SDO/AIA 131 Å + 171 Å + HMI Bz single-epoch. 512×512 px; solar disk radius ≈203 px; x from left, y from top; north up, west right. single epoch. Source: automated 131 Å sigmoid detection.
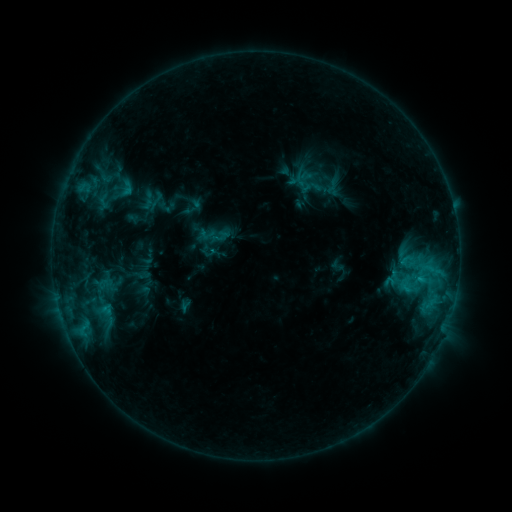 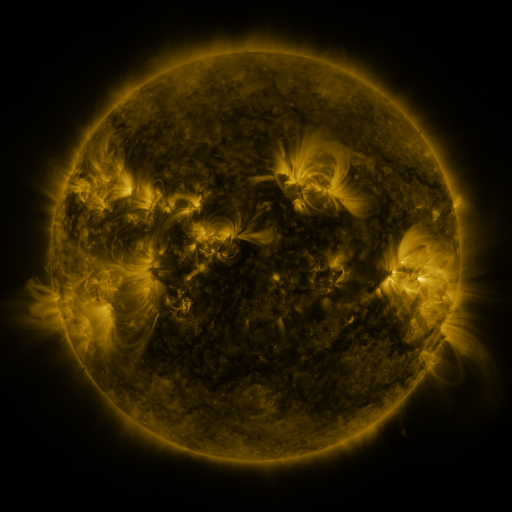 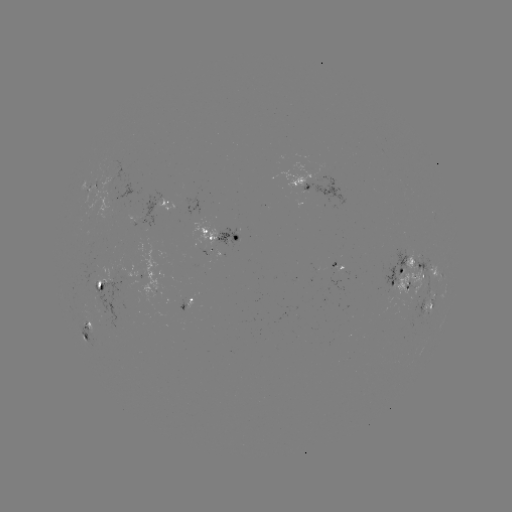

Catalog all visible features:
sigmoid: (123, 192)
